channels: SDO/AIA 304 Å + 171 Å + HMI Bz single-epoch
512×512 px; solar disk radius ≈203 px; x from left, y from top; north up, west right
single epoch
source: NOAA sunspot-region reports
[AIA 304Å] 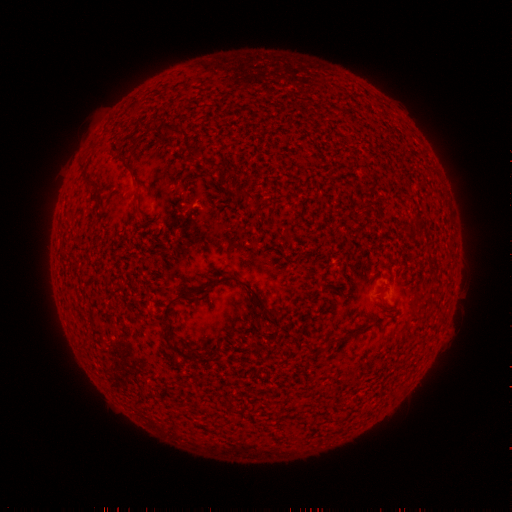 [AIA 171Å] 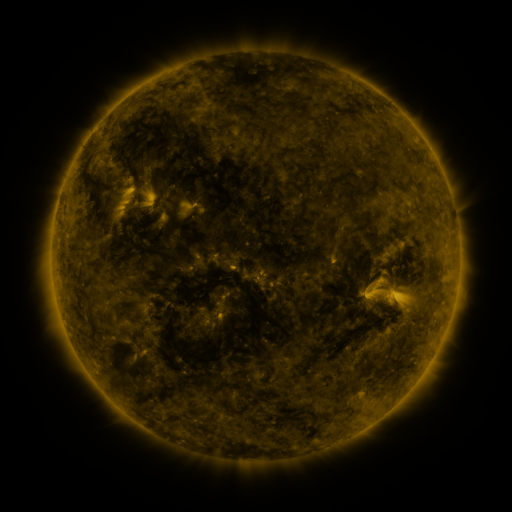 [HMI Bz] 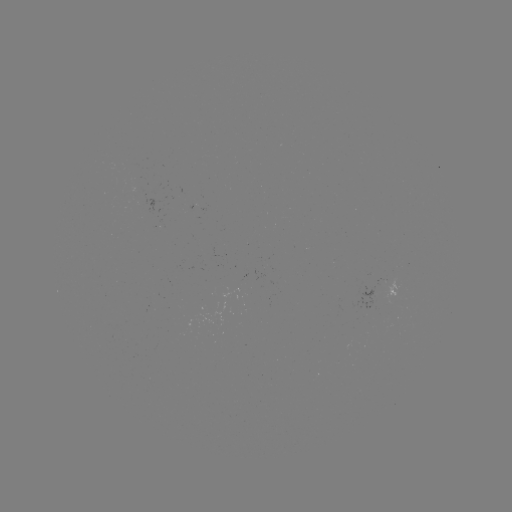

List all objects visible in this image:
(none)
